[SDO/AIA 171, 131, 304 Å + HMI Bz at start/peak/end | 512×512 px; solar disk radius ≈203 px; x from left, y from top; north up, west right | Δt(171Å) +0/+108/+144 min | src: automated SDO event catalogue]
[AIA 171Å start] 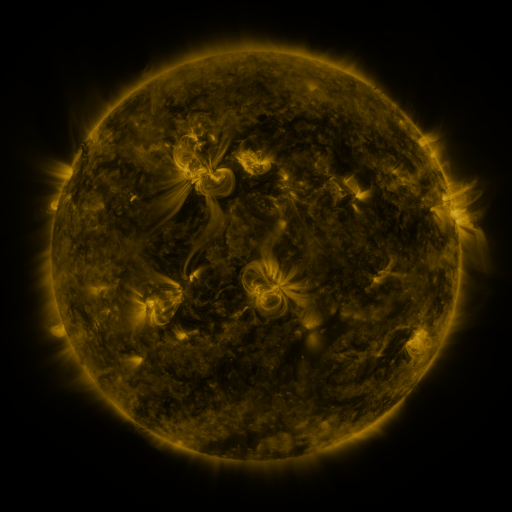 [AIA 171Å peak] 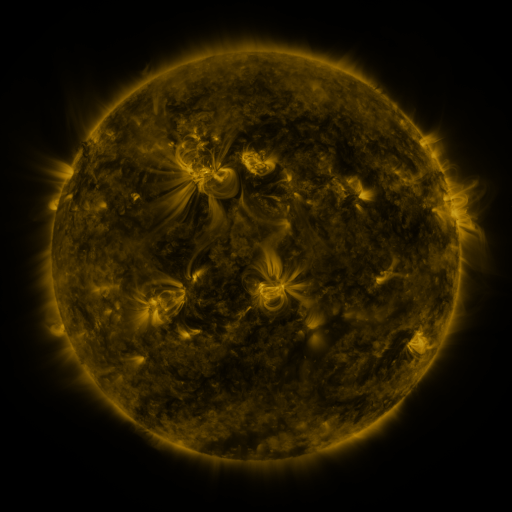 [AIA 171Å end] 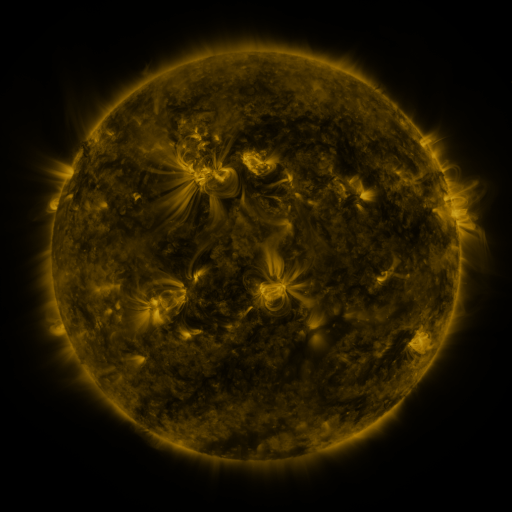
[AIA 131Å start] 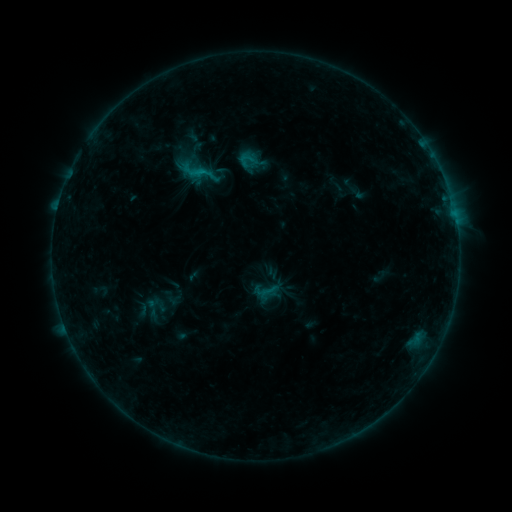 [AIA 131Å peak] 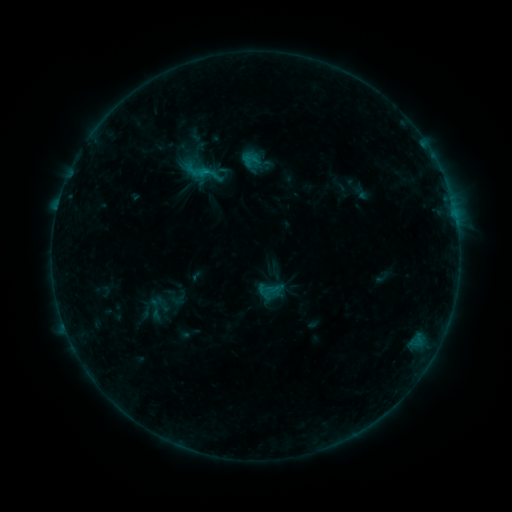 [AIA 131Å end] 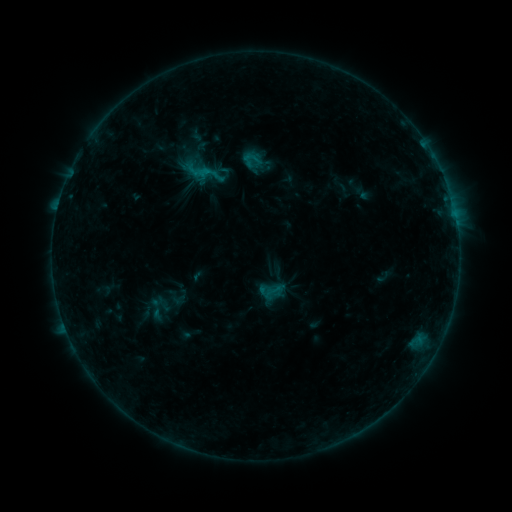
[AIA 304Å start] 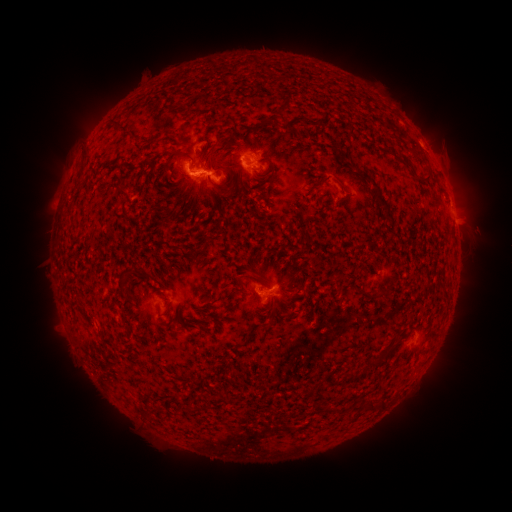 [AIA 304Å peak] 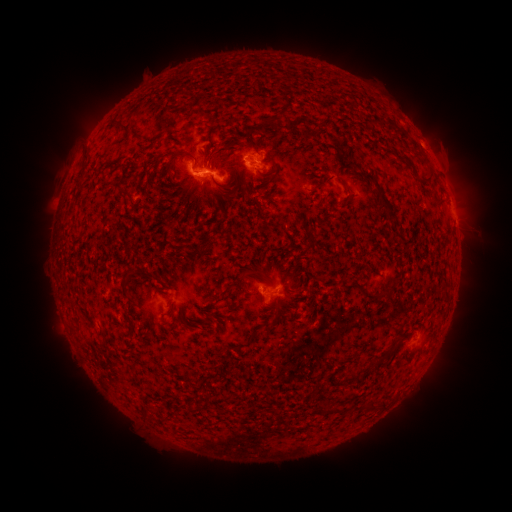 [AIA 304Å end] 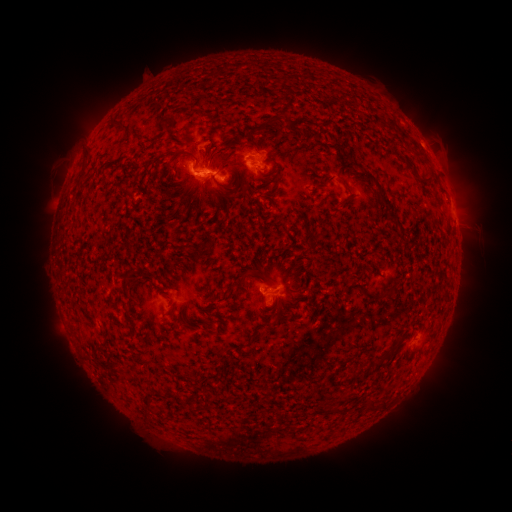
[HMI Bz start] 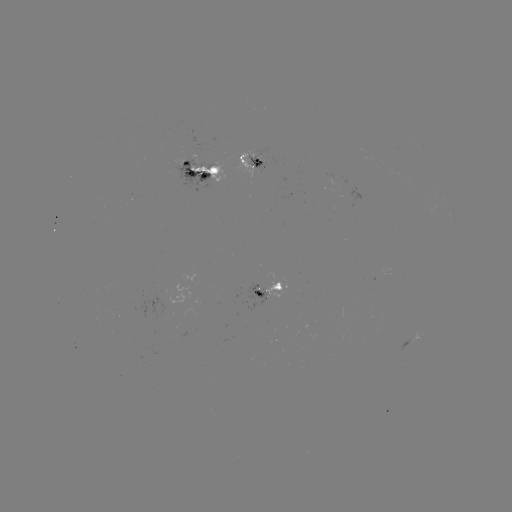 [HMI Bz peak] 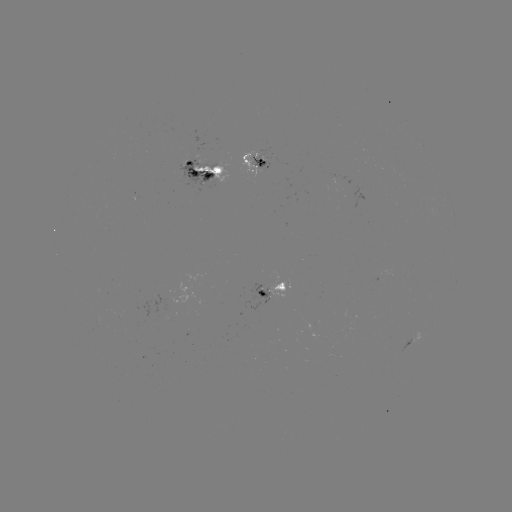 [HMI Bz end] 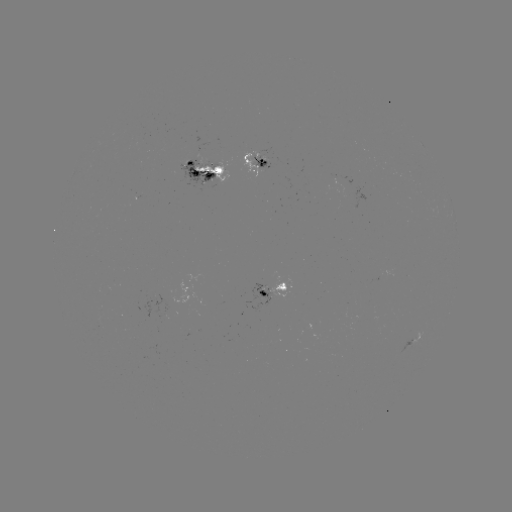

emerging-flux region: [105, 284, 115, 295]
